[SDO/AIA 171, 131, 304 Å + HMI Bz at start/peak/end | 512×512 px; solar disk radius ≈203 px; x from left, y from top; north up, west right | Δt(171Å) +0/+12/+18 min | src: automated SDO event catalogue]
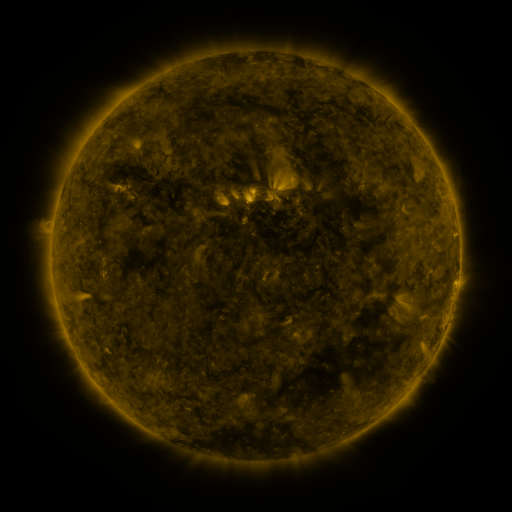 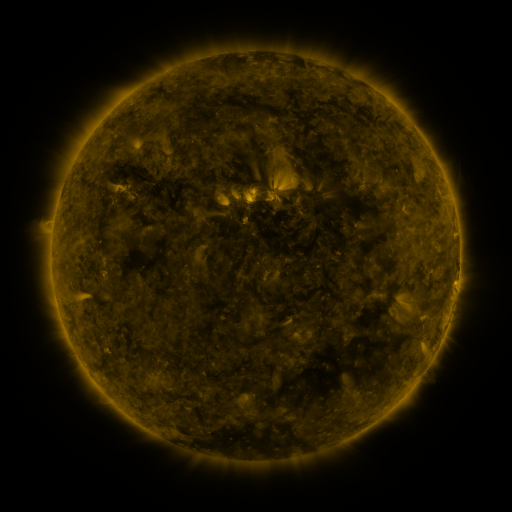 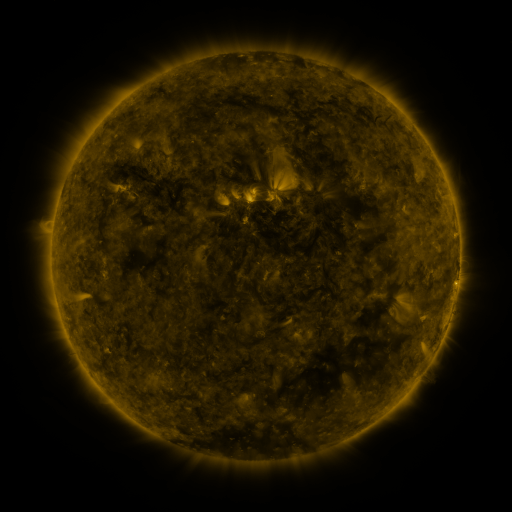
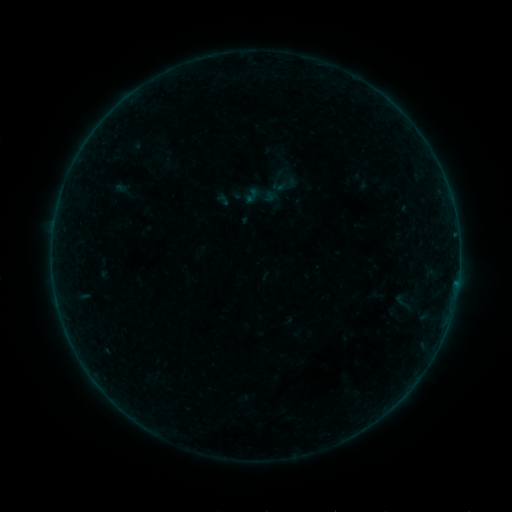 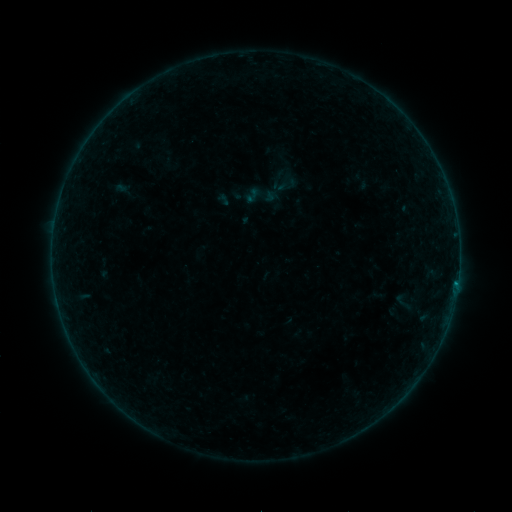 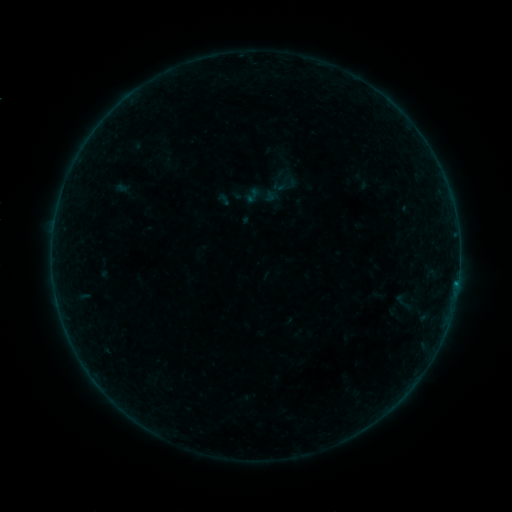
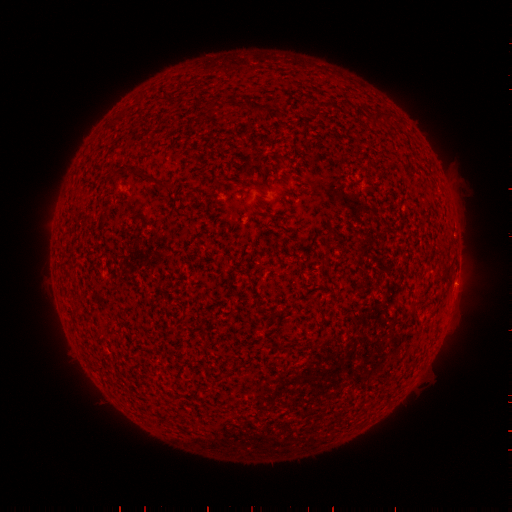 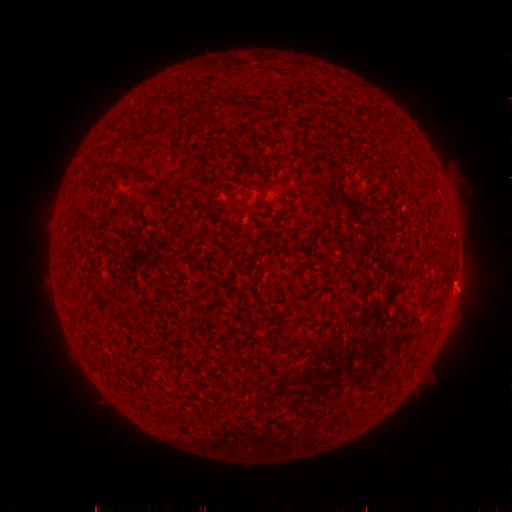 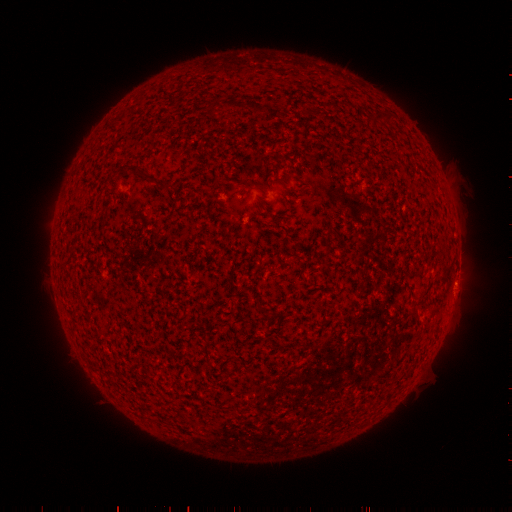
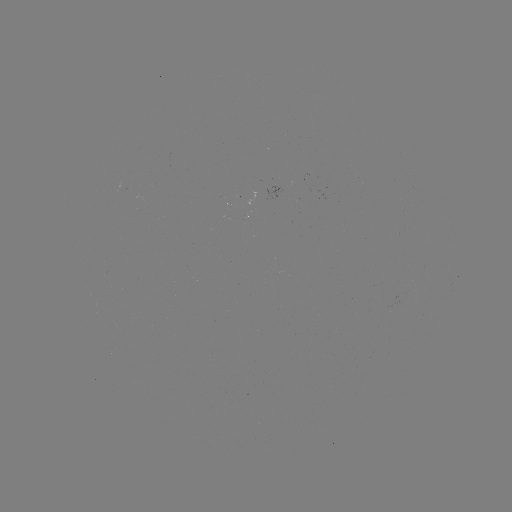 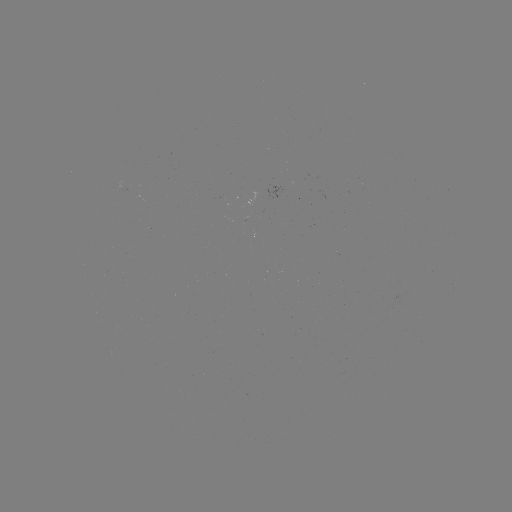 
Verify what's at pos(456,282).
B1.4 flare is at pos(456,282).